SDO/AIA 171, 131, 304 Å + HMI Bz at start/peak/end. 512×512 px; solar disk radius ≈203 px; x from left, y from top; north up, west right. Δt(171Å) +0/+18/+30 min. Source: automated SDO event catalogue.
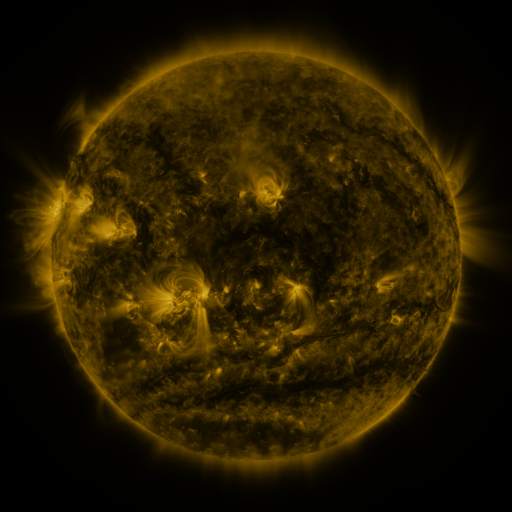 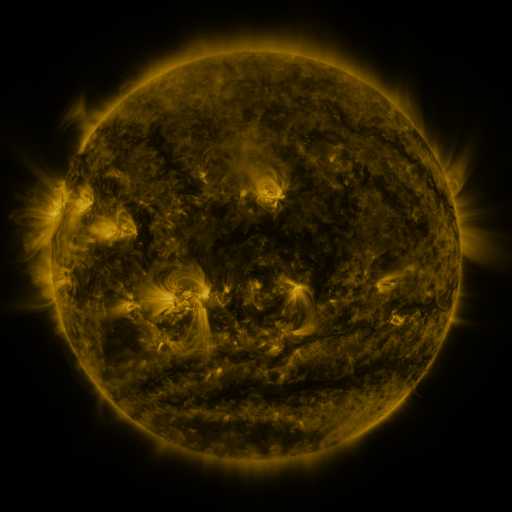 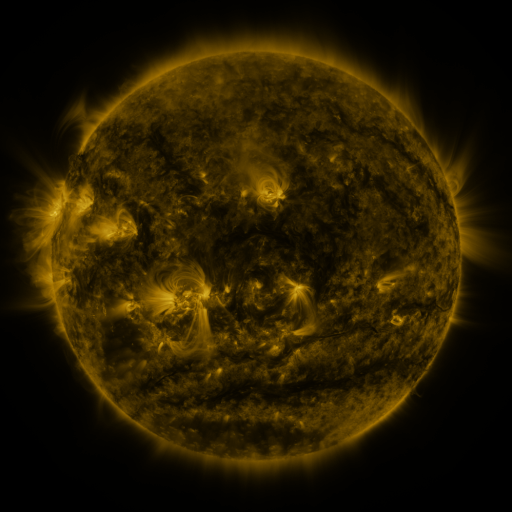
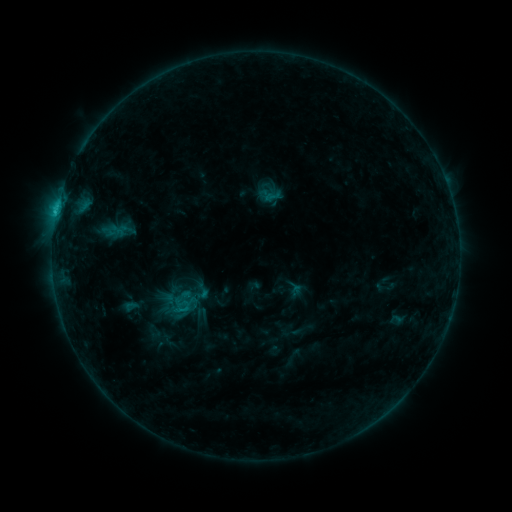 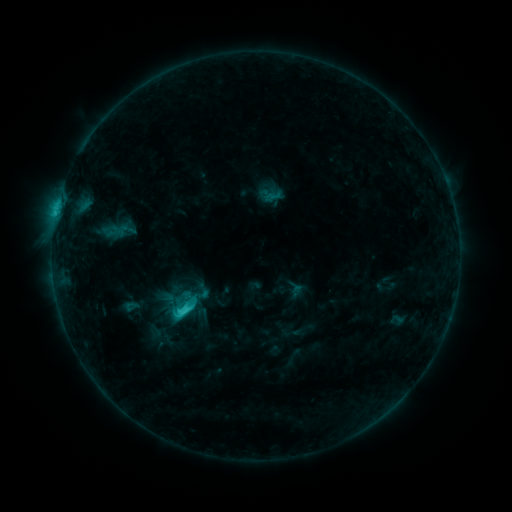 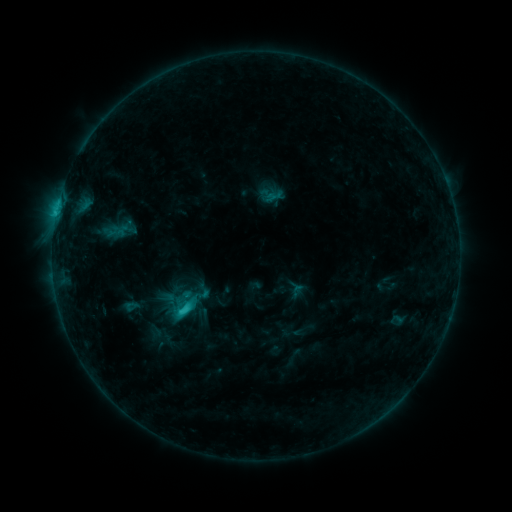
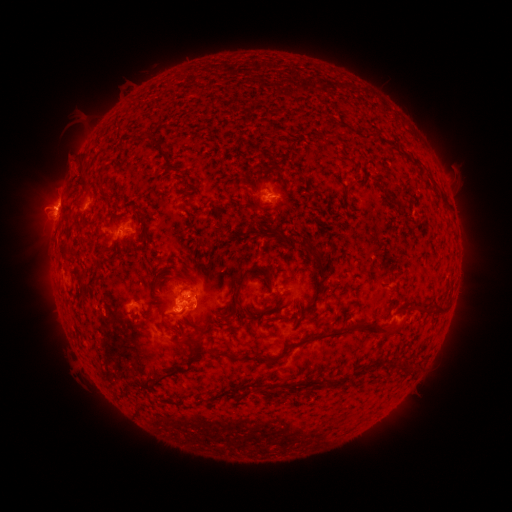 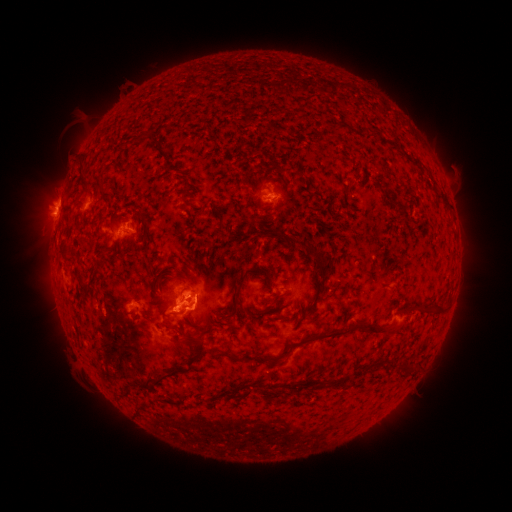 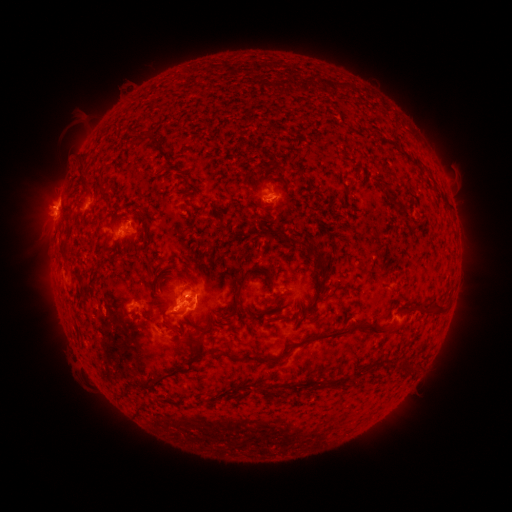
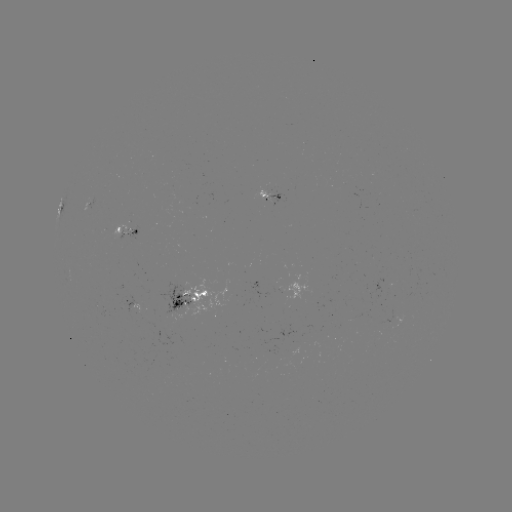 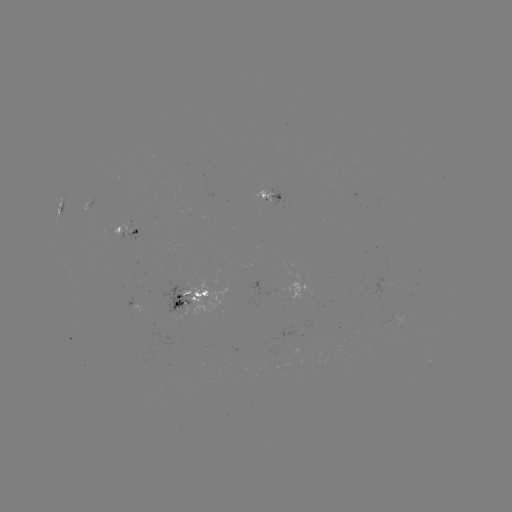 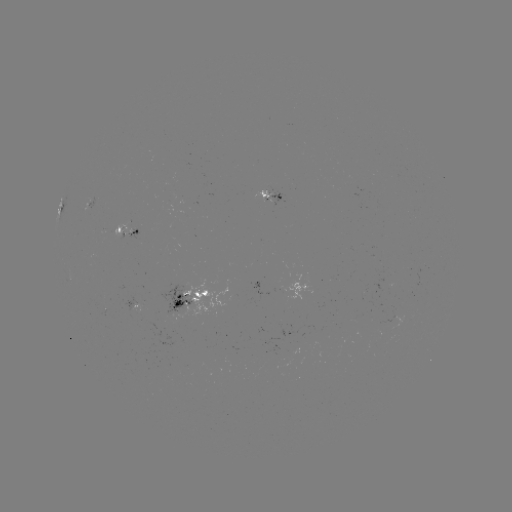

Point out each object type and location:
C2.5 flare: (183, 310)
